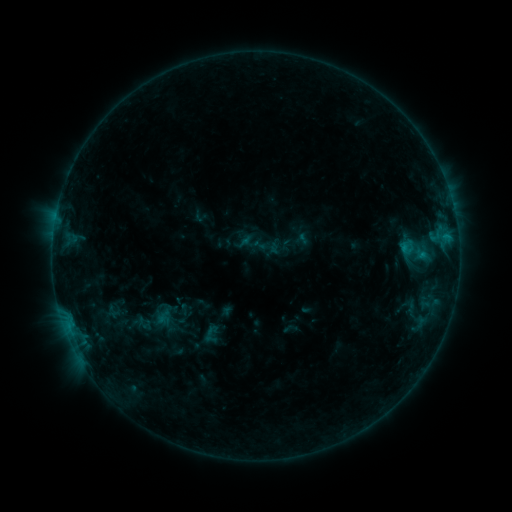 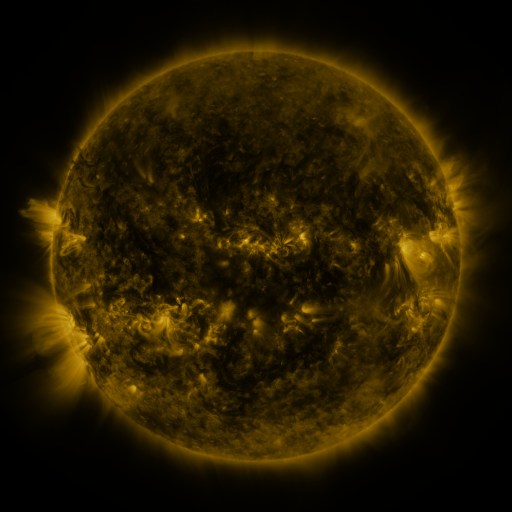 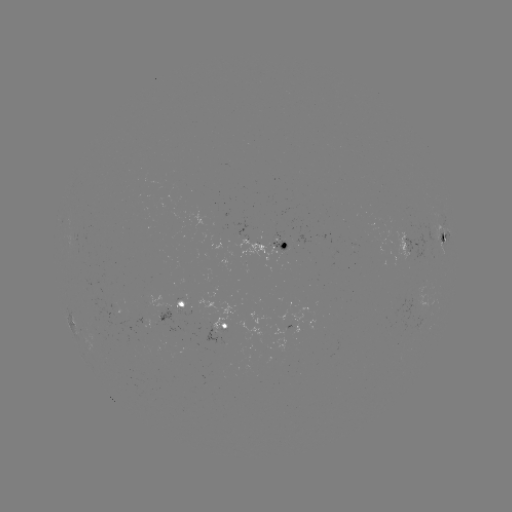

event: sigmoid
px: (417, 251)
